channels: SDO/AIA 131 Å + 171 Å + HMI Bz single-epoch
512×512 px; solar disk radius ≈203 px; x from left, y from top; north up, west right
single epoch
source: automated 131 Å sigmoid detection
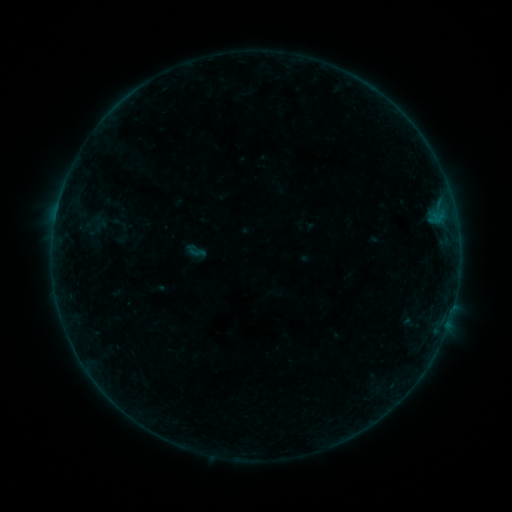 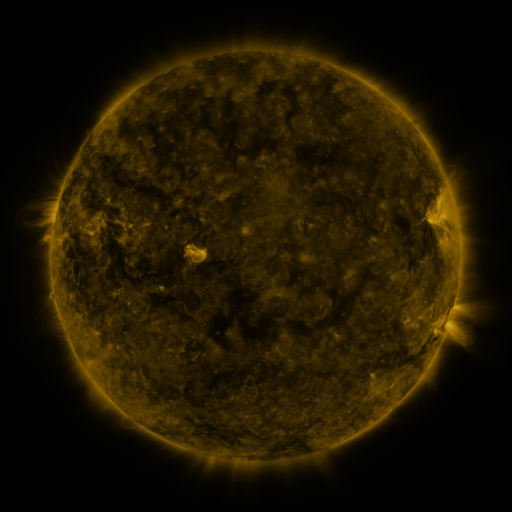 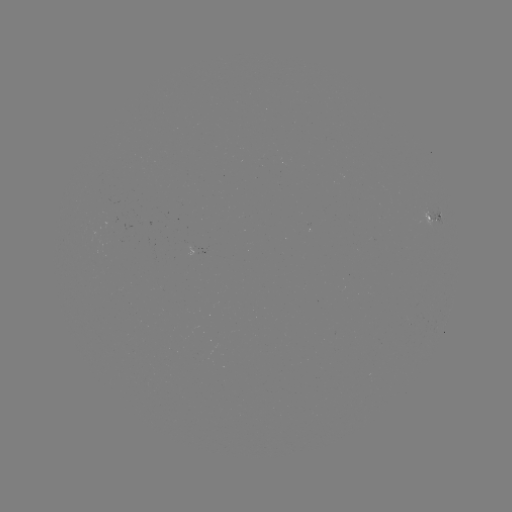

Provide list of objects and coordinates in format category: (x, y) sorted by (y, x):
sigmoid: (196, 251)
